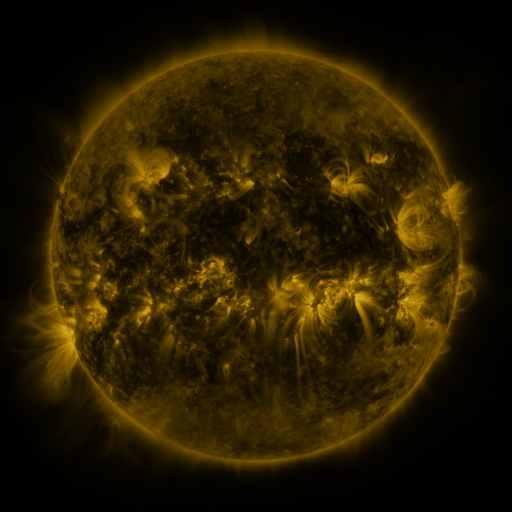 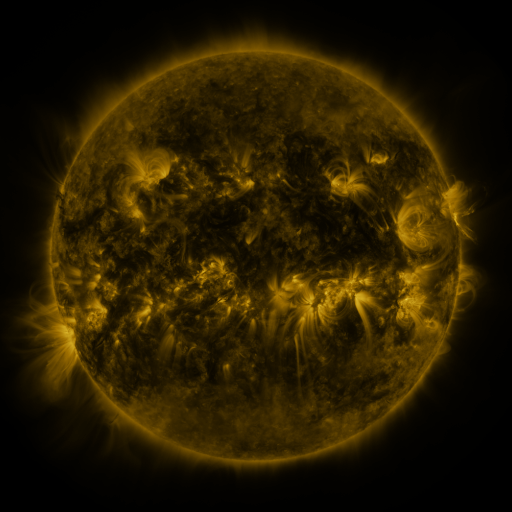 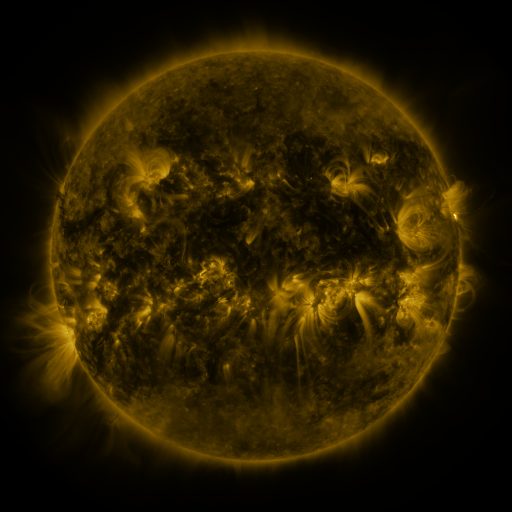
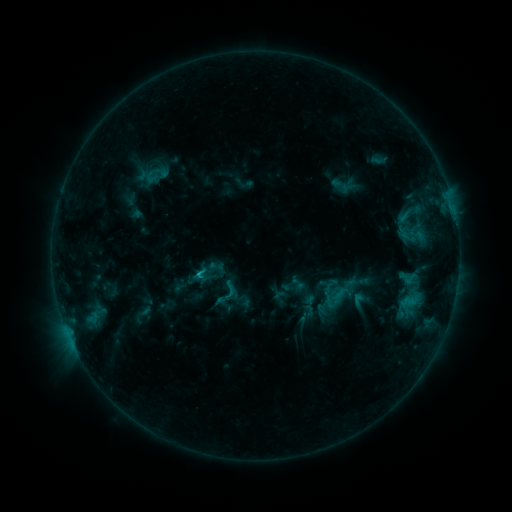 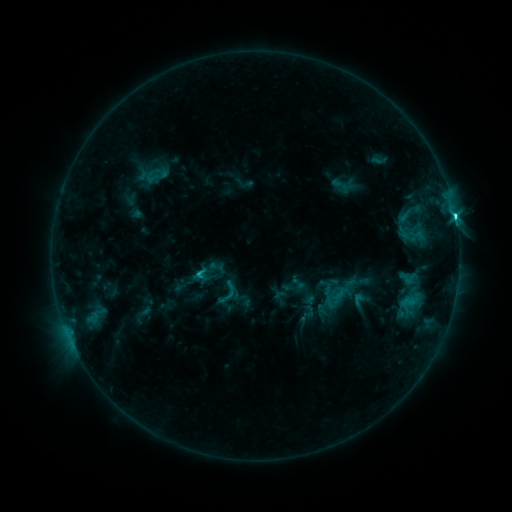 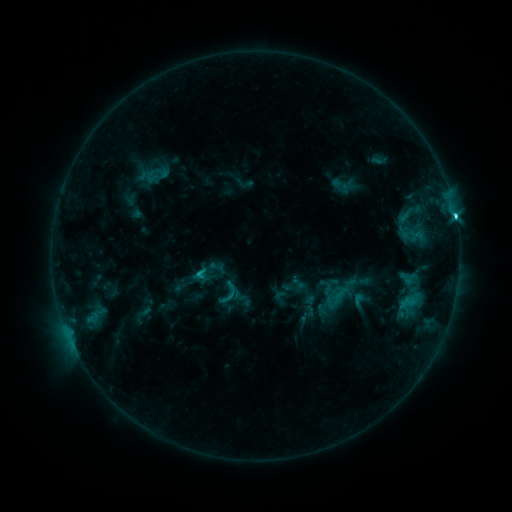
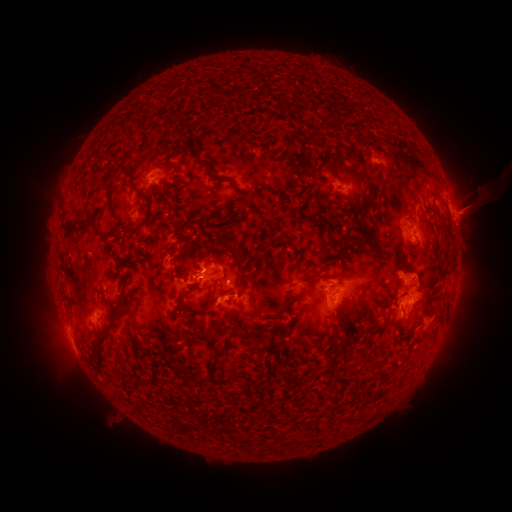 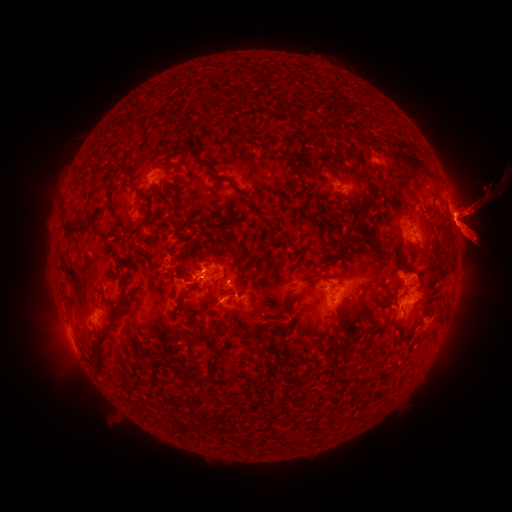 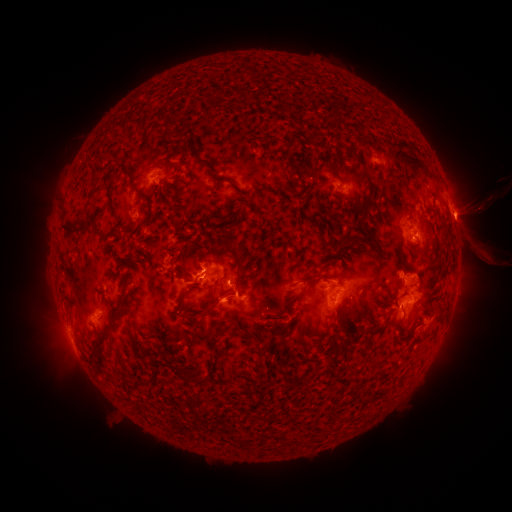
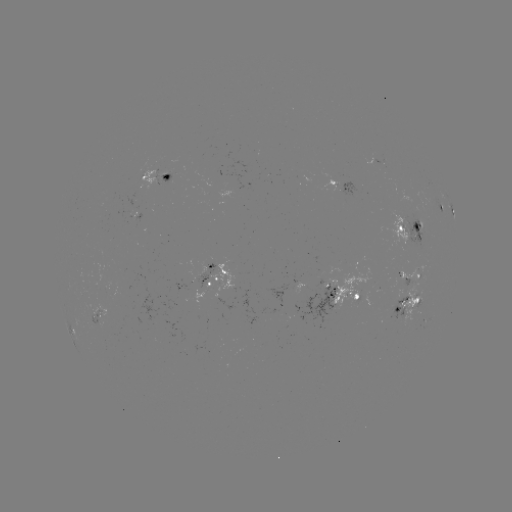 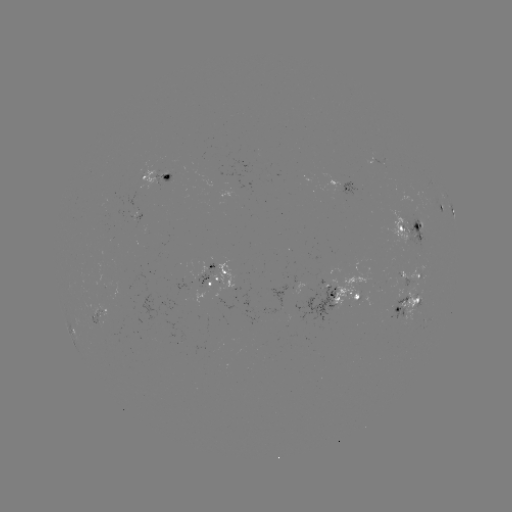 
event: flare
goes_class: C4.7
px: (455, 219)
